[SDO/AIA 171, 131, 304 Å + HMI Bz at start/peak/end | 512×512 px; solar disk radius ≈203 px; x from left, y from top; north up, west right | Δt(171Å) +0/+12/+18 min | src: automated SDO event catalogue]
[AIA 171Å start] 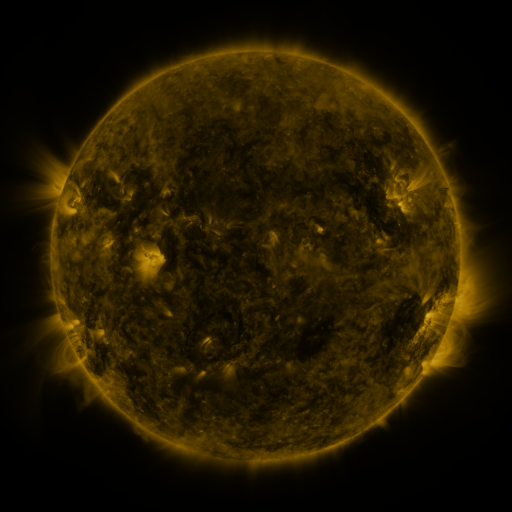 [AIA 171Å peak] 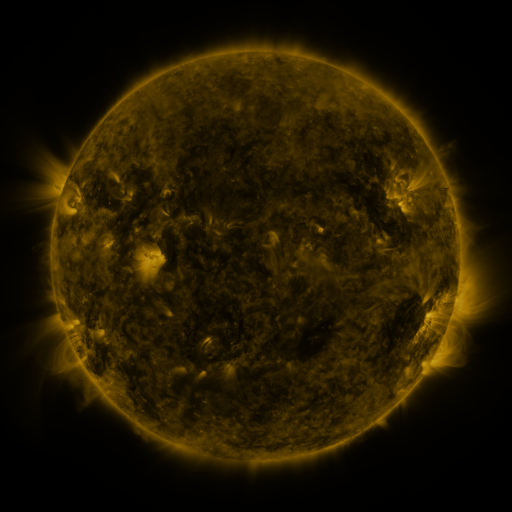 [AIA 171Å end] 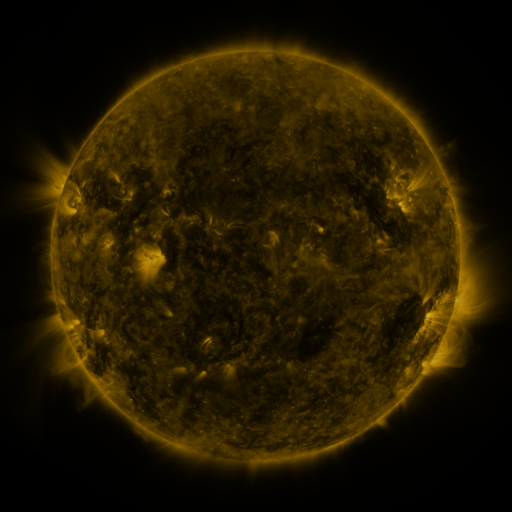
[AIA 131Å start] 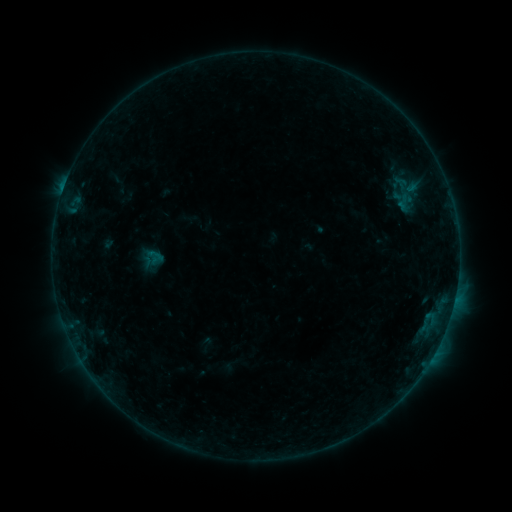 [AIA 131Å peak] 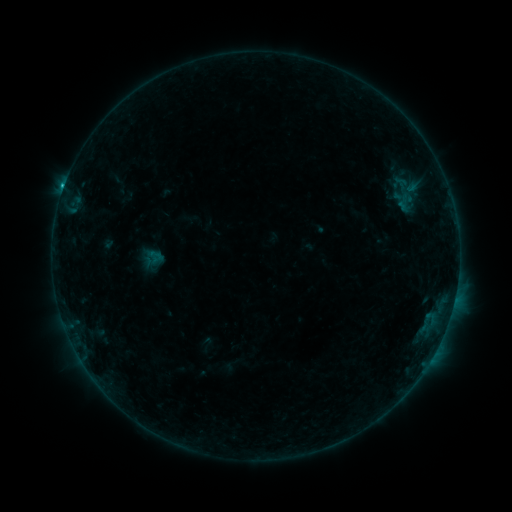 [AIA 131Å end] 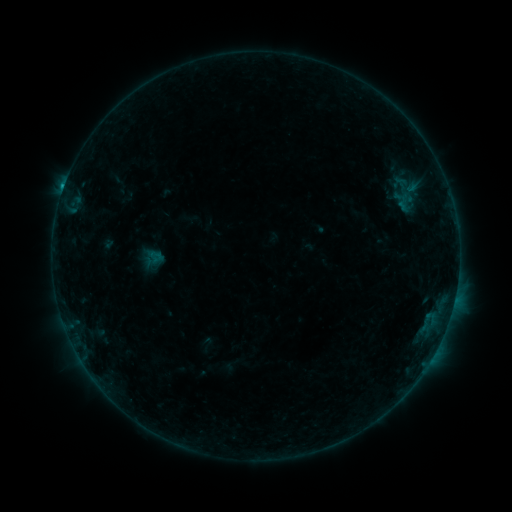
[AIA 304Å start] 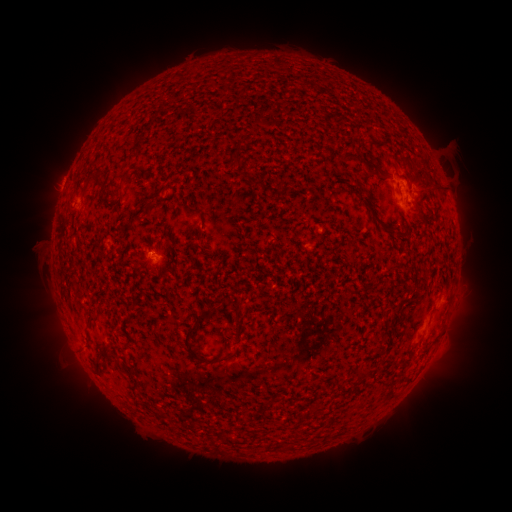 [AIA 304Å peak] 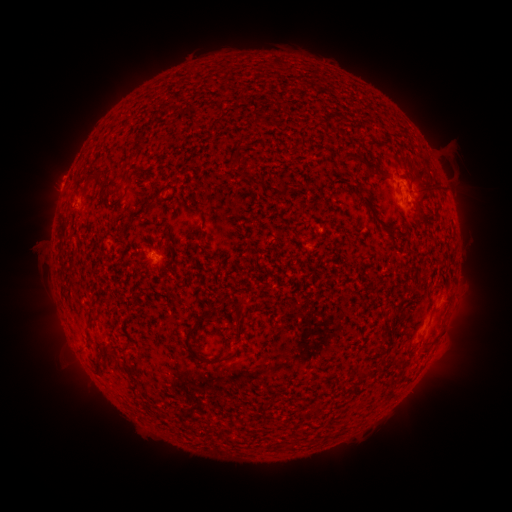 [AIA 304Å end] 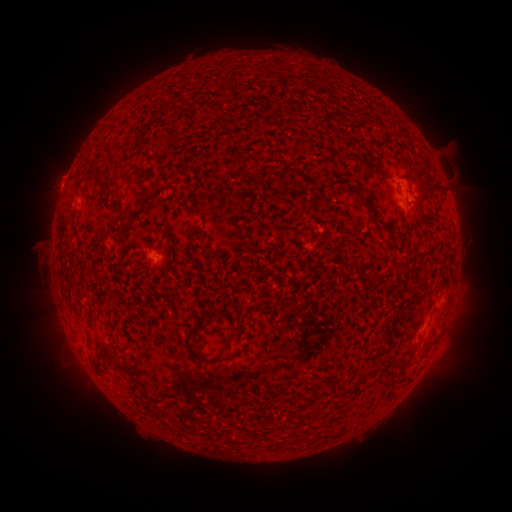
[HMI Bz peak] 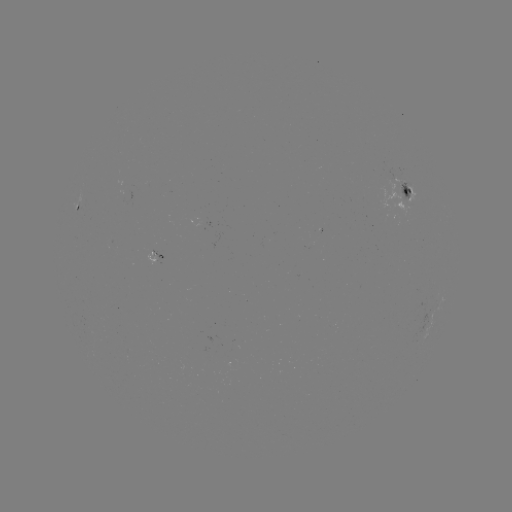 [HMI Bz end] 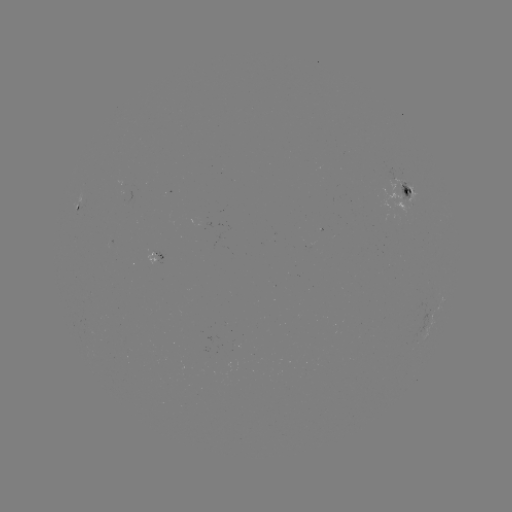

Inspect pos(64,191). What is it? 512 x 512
B5.2 flare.